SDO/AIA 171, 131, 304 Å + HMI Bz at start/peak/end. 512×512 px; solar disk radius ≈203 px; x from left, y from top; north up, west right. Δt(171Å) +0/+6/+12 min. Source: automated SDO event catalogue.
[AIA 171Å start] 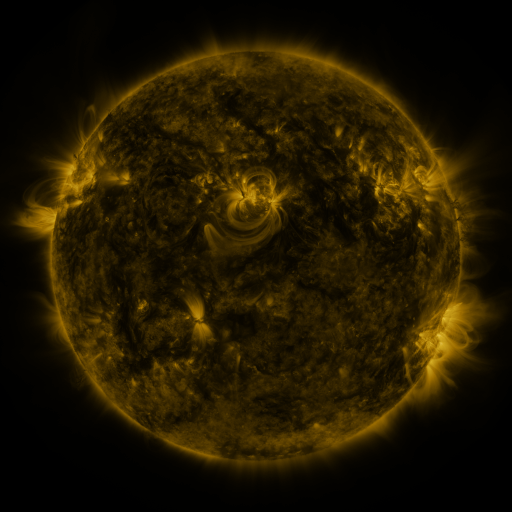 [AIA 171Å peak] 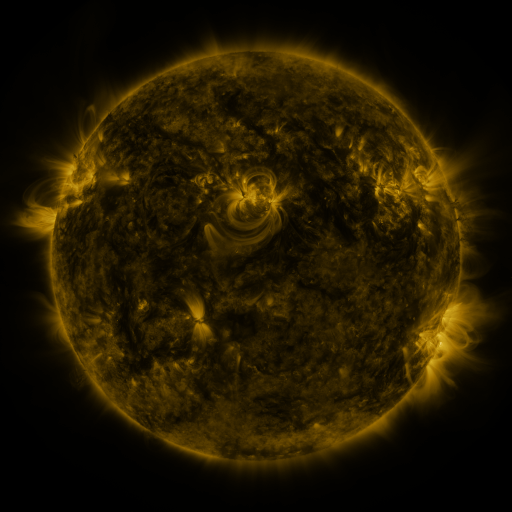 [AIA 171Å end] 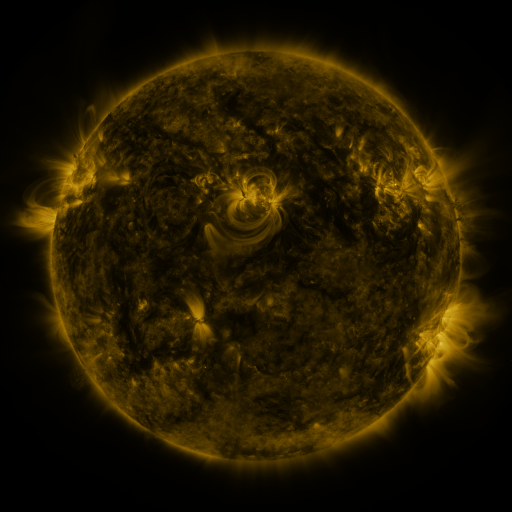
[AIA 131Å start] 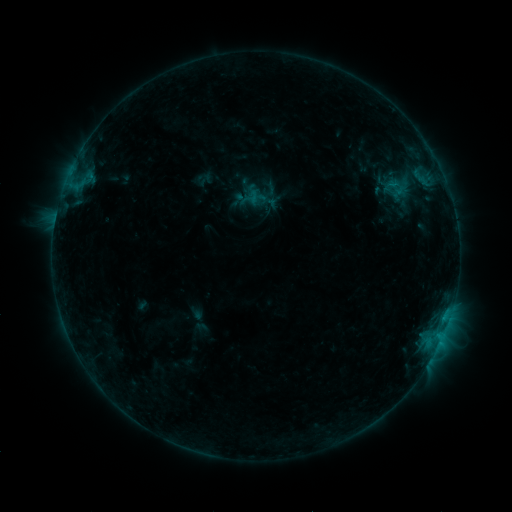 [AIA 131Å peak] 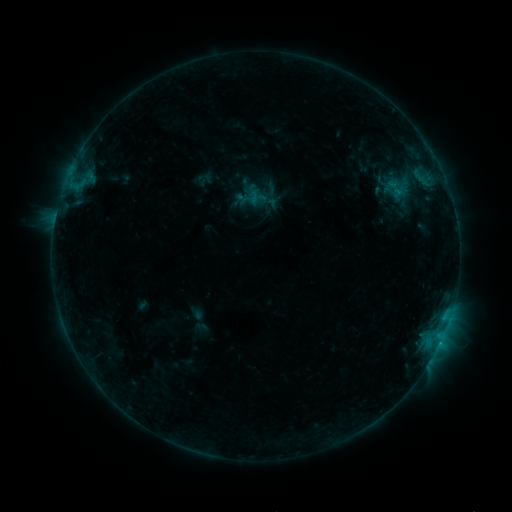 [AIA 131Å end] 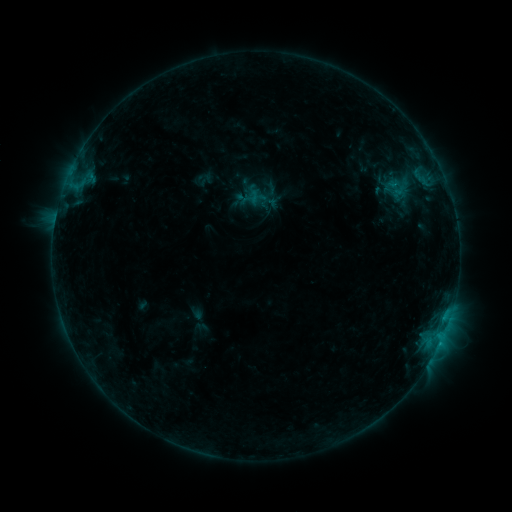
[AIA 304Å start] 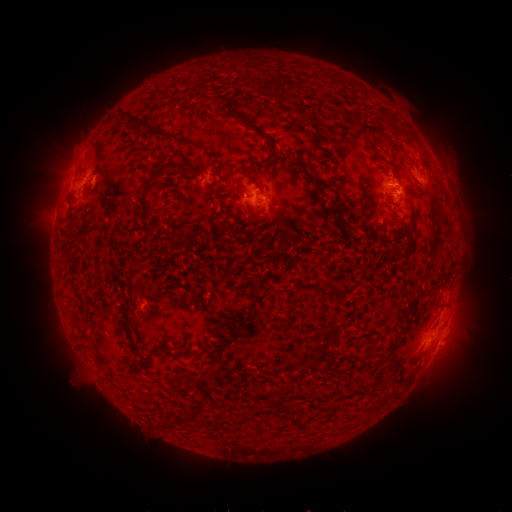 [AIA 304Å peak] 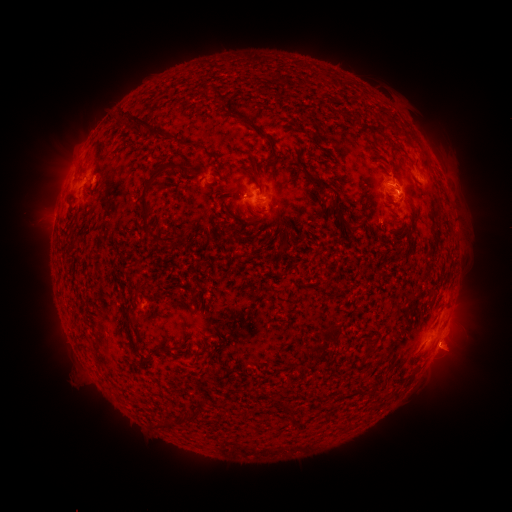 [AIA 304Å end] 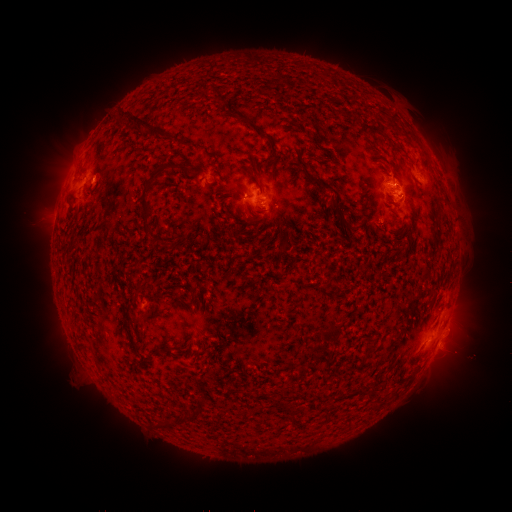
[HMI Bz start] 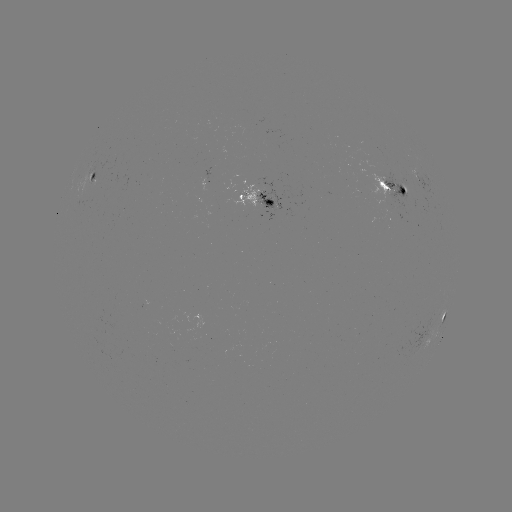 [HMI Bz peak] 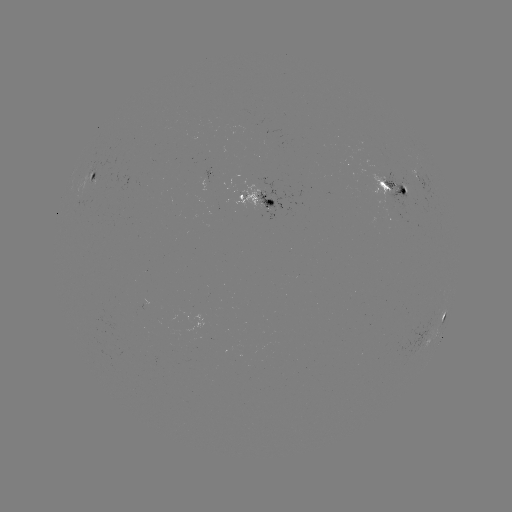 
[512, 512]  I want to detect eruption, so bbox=[424, 331, 488, 390].